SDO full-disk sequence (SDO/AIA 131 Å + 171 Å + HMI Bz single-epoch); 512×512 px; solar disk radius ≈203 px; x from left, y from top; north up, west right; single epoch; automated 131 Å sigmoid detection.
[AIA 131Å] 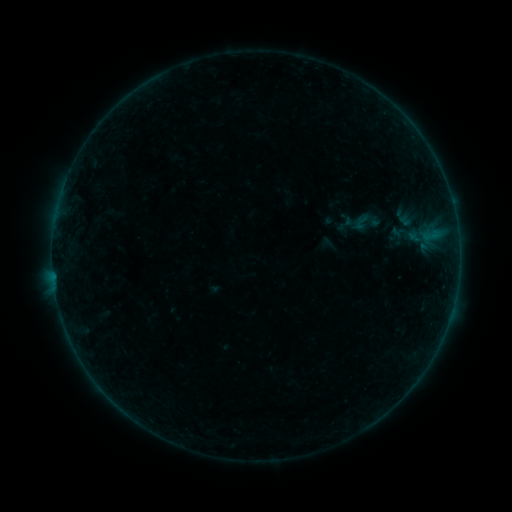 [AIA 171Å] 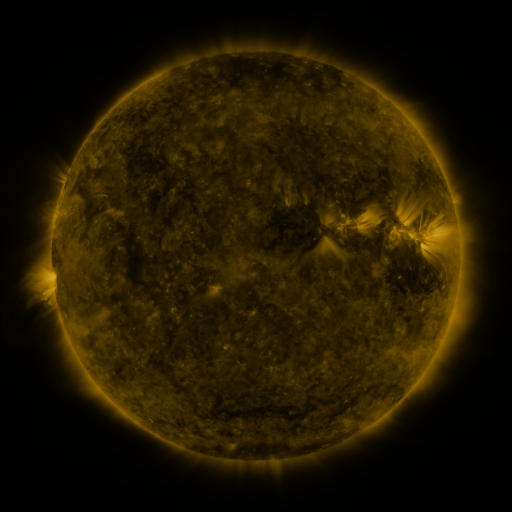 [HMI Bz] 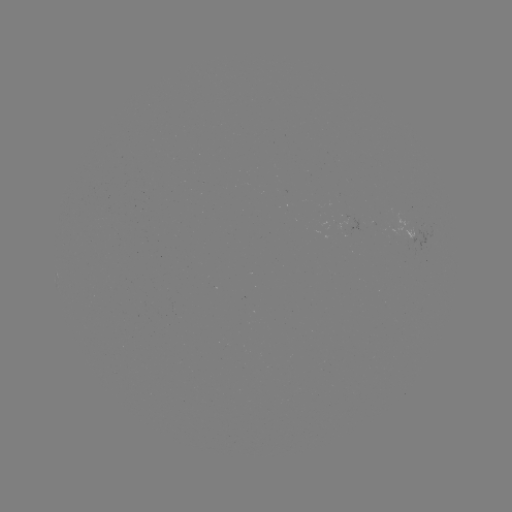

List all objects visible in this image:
sigmoid: (362, 222)
